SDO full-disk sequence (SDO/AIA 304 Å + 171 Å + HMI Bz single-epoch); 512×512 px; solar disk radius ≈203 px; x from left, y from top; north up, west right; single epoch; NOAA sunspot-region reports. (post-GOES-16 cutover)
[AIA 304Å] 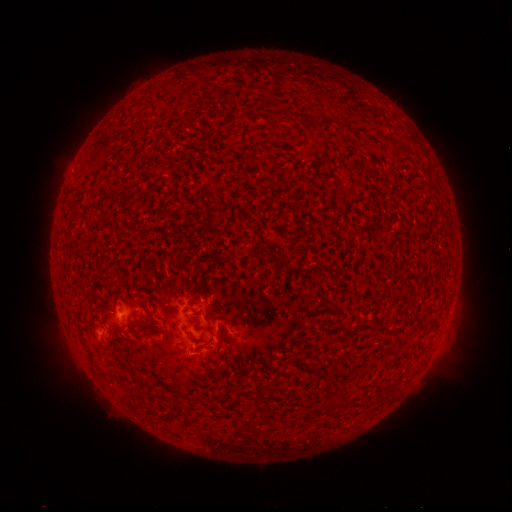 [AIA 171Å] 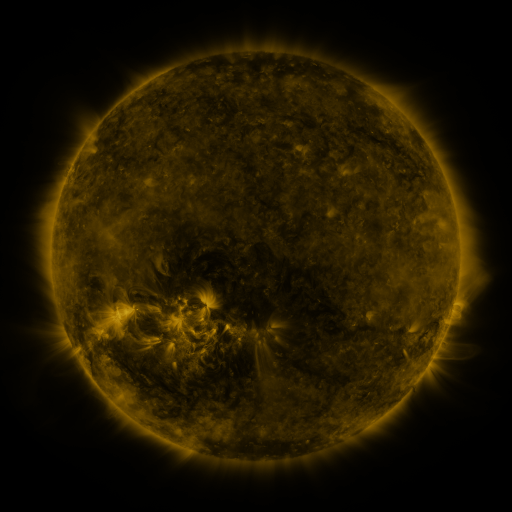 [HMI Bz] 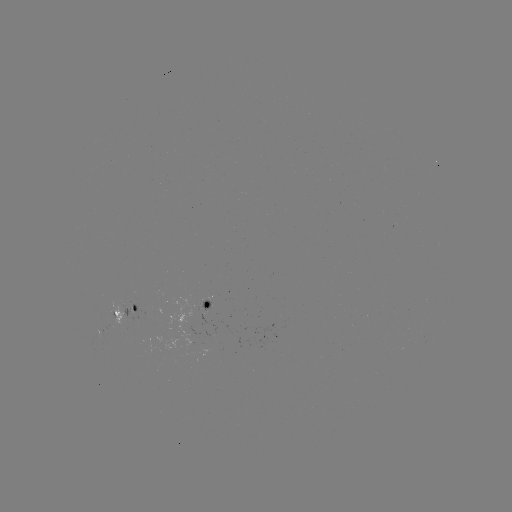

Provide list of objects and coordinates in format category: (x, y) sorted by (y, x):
spotted active region: (208, 304)
spotted active region: (128, 309)
